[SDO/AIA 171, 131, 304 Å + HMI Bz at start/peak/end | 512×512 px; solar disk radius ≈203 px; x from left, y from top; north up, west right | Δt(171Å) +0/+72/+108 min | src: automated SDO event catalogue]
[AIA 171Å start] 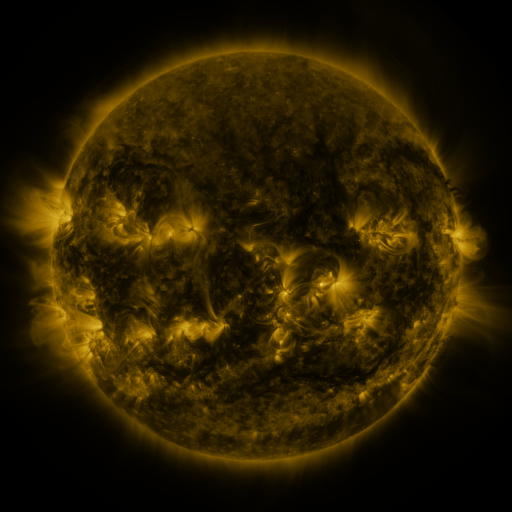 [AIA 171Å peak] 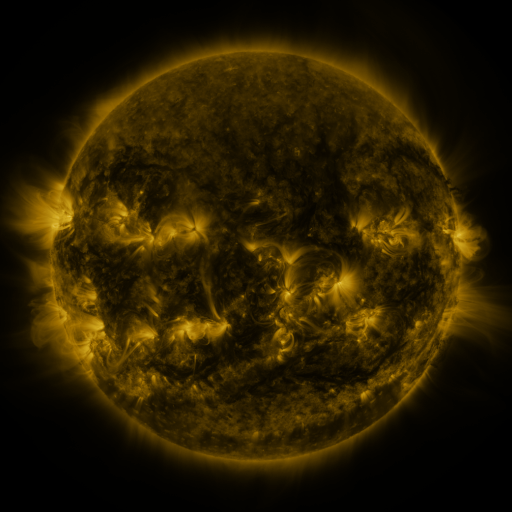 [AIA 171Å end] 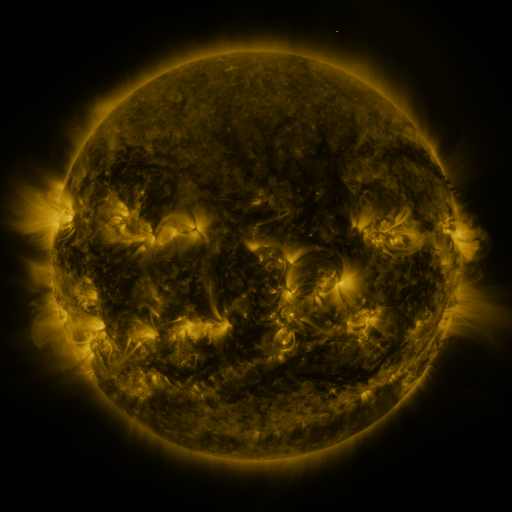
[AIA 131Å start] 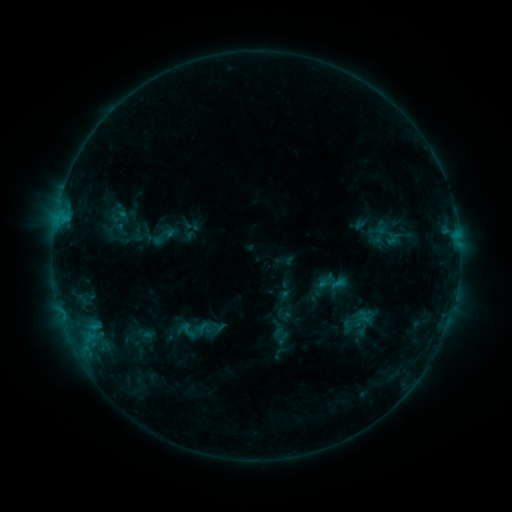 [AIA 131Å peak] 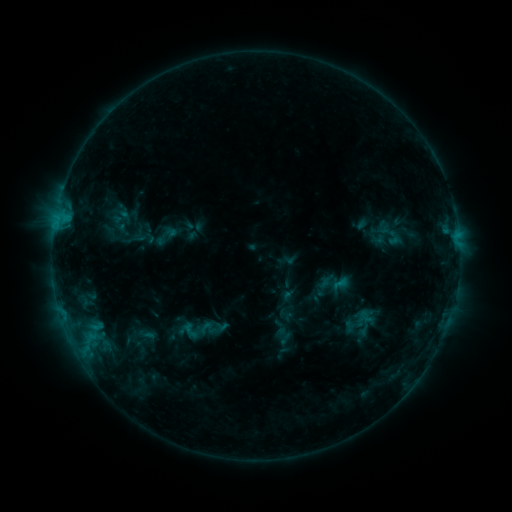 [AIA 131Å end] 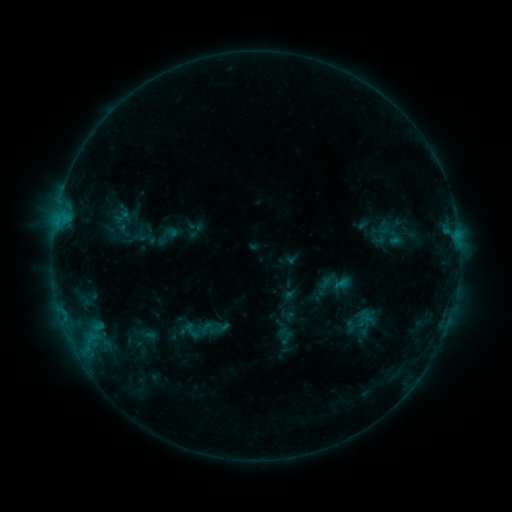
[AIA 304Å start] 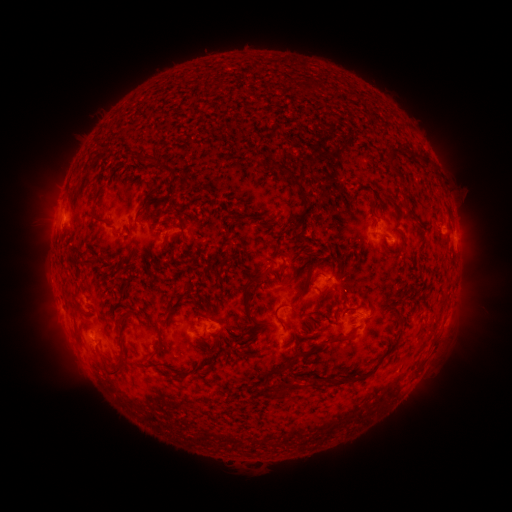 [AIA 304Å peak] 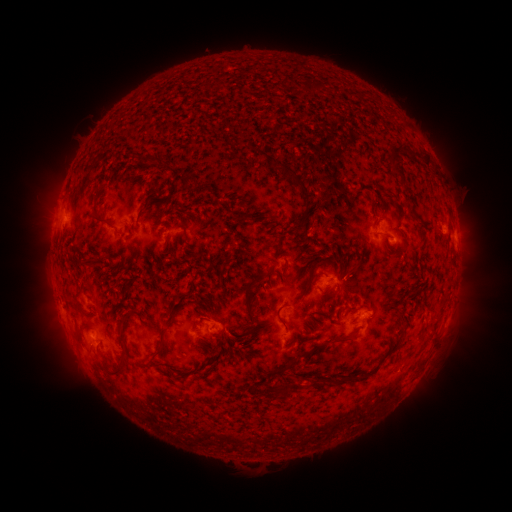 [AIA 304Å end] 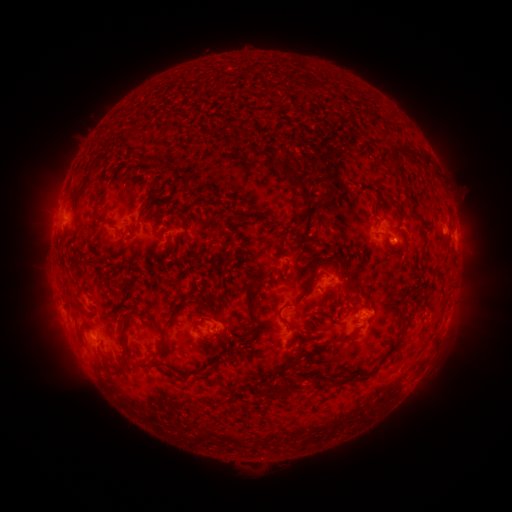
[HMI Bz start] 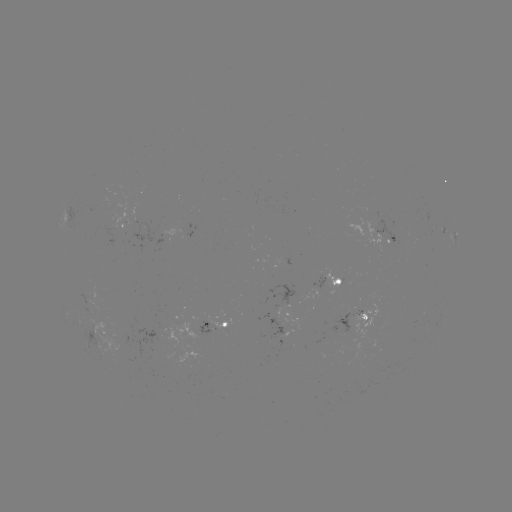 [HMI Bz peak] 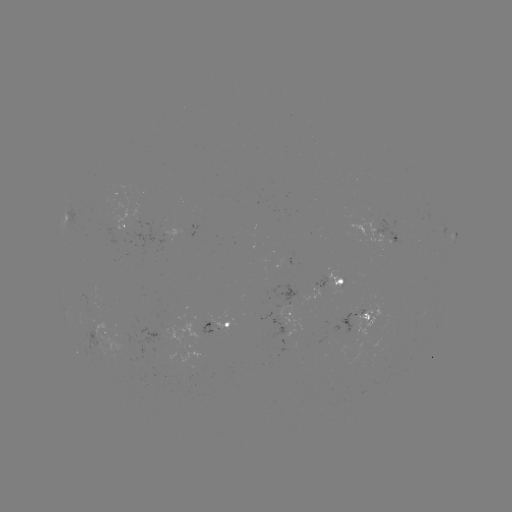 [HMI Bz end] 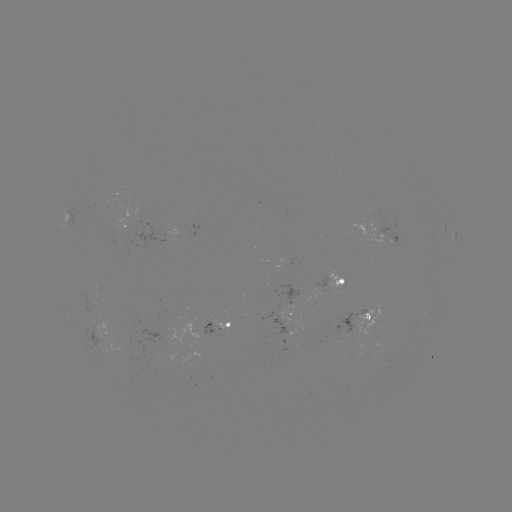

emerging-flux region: (302, 290, 322, 302)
